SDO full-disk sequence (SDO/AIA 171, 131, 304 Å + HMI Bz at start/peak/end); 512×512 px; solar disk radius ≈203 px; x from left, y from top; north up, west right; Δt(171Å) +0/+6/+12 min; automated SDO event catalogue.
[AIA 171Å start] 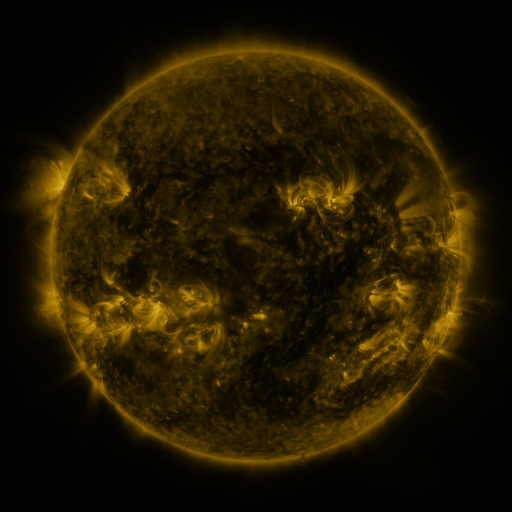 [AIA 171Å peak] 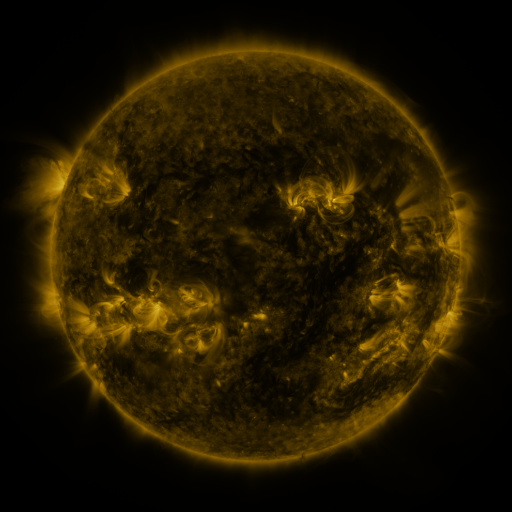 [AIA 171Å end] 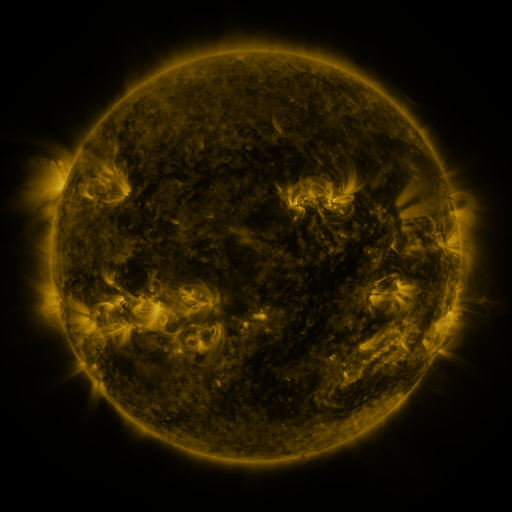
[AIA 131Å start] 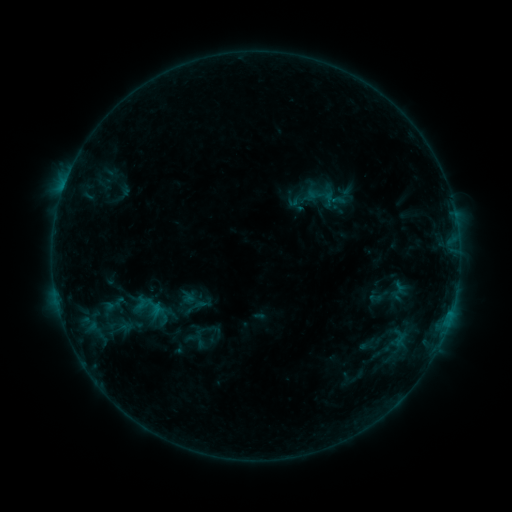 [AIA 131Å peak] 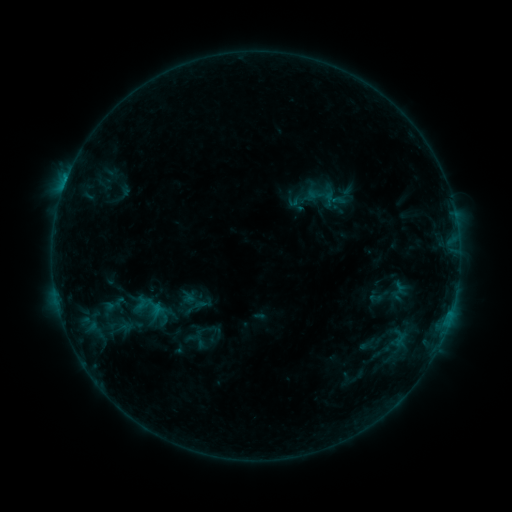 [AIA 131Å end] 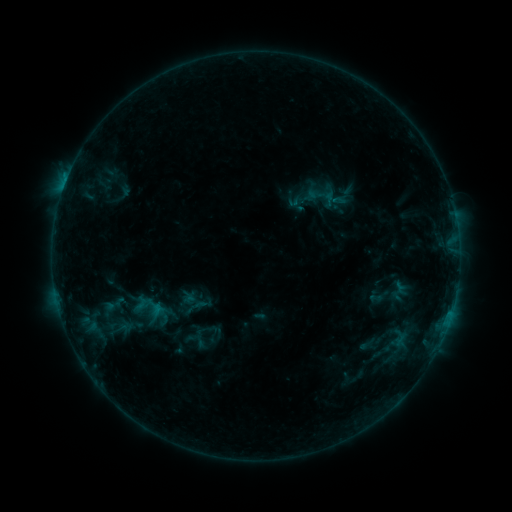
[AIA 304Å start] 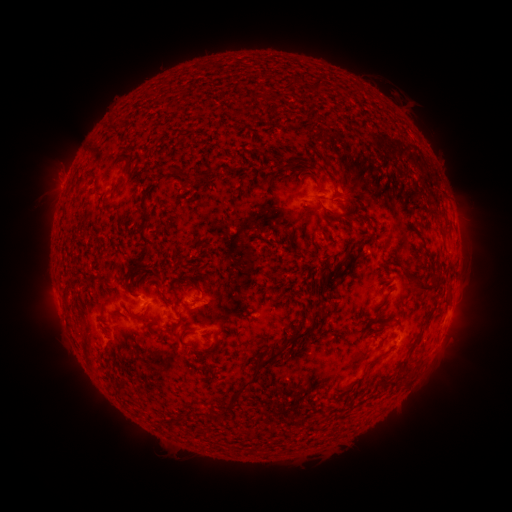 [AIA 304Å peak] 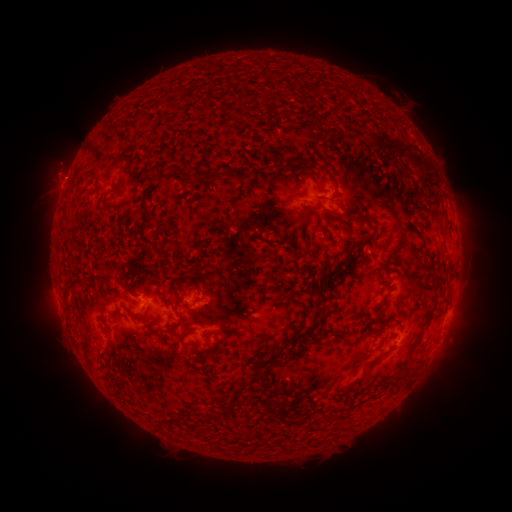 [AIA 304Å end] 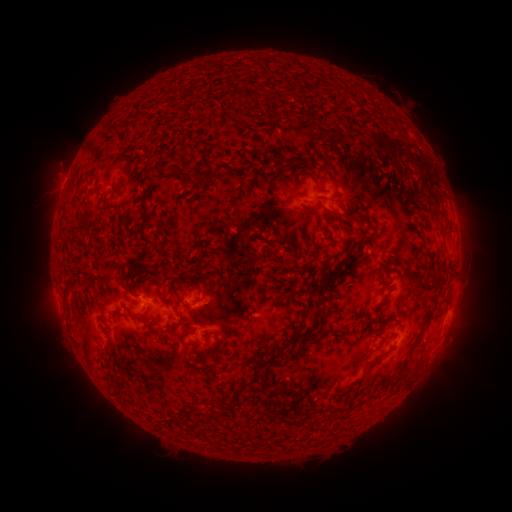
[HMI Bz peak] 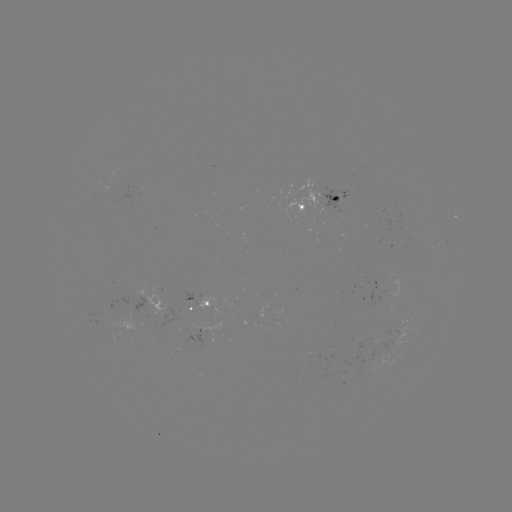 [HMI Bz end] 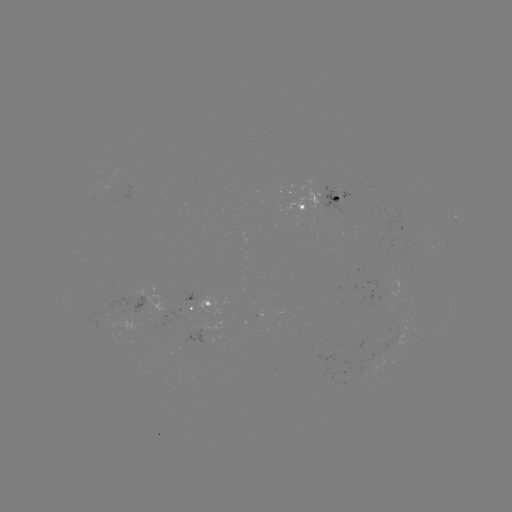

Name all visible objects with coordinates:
B4.6 flare: (67, 180)
